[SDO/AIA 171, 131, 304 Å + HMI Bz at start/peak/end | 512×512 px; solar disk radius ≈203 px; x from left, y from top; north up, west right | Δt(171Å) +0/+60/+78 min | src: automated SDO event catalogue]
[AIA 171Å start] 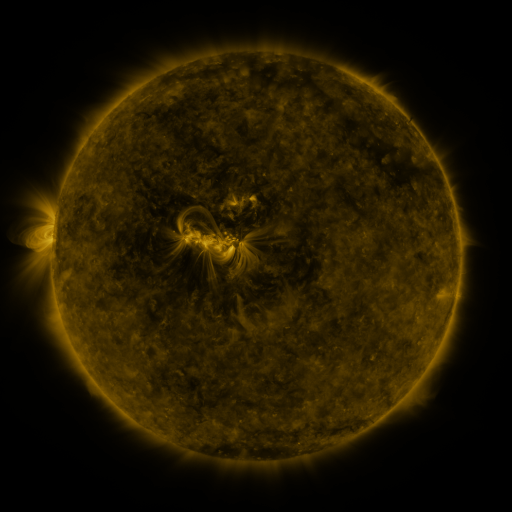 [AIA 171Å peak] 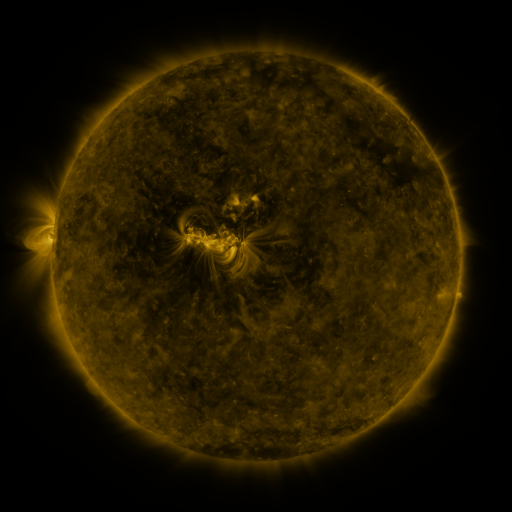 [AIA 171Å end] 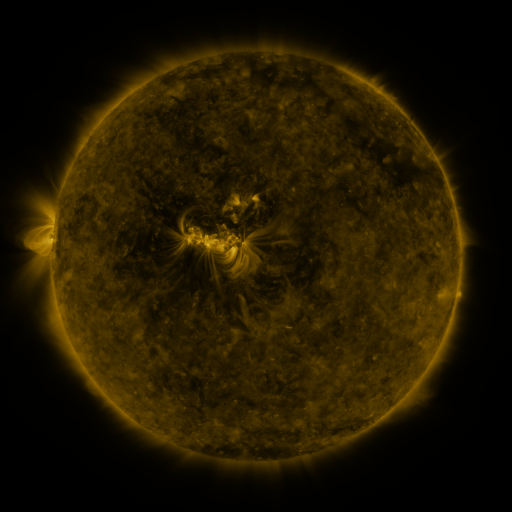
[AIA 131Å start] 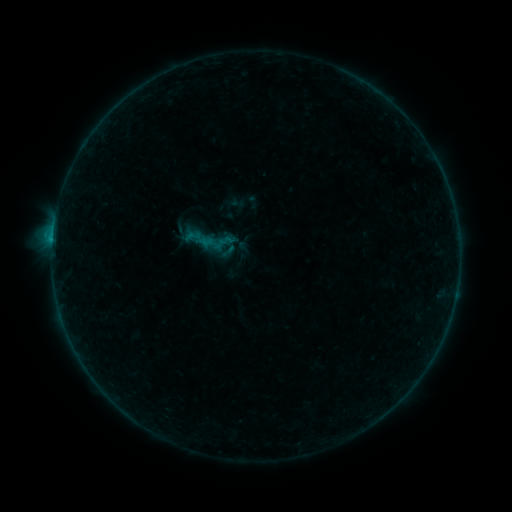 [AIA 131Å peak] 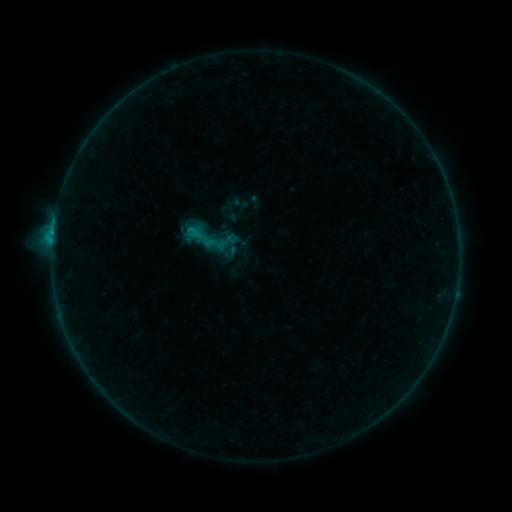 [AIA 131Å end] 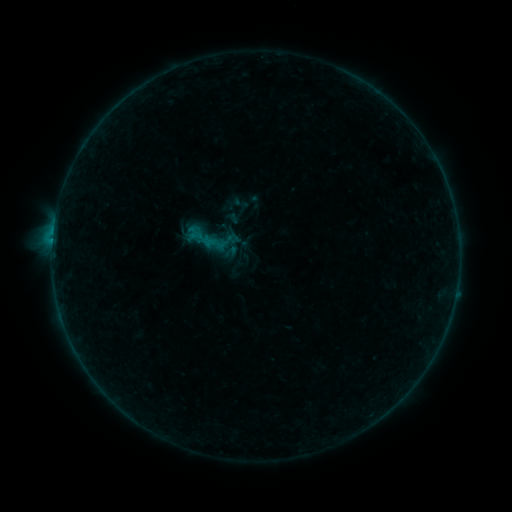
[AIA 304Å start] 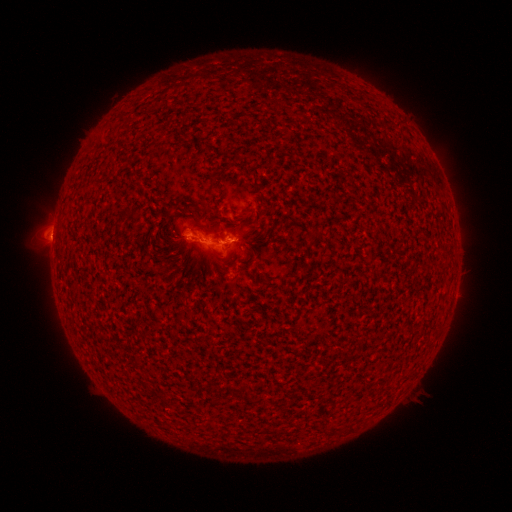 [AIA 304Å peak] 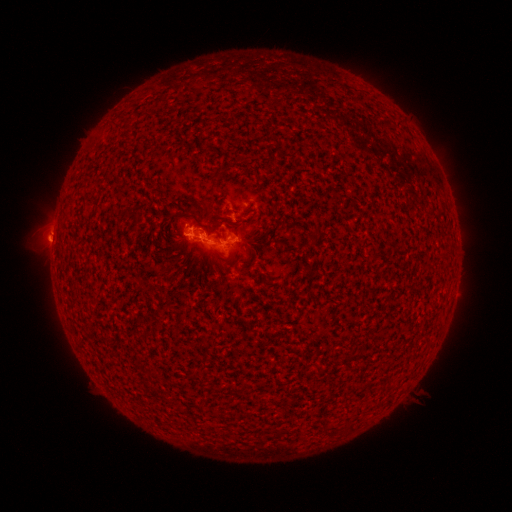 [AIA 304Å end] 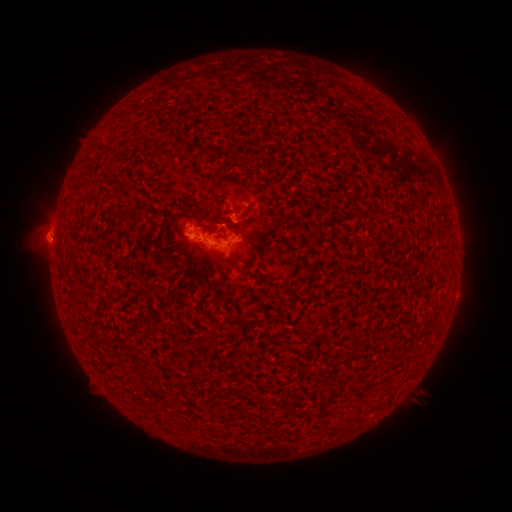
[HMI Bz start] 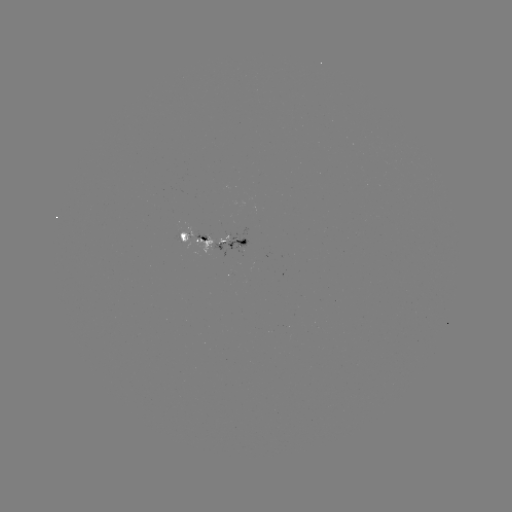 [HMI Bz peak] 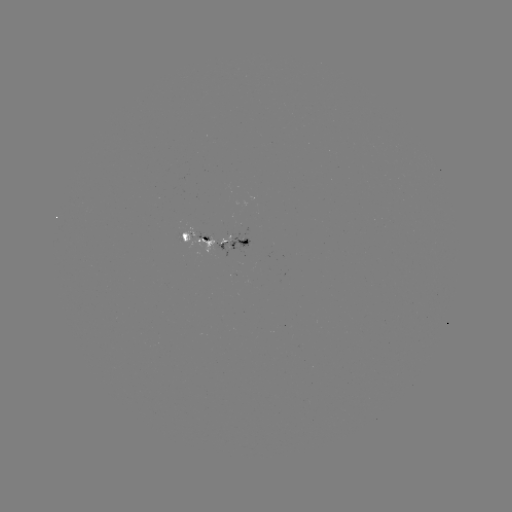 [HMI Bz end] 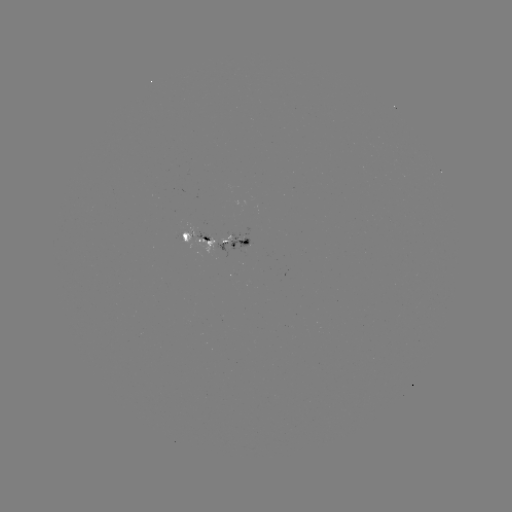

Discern B9.9 flare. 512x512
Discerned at [201, 229].